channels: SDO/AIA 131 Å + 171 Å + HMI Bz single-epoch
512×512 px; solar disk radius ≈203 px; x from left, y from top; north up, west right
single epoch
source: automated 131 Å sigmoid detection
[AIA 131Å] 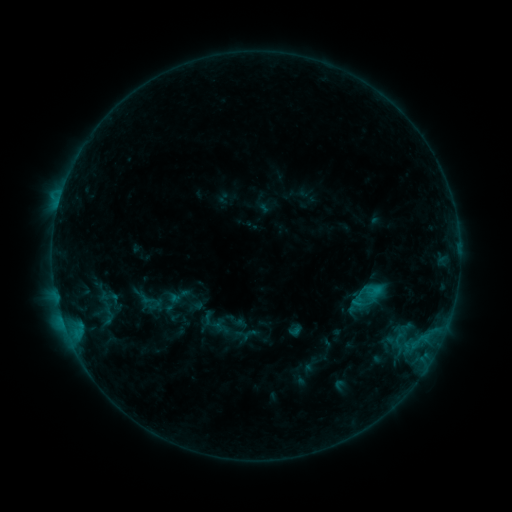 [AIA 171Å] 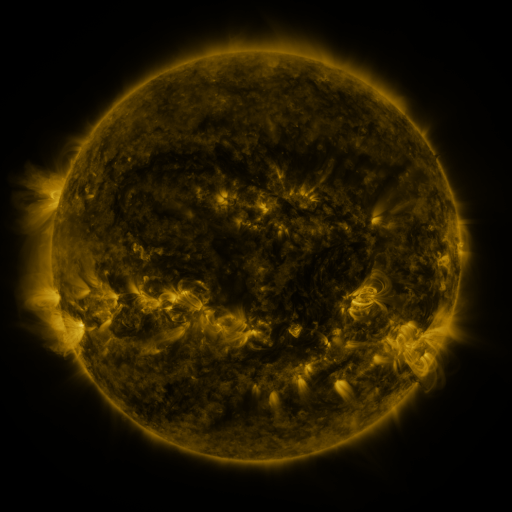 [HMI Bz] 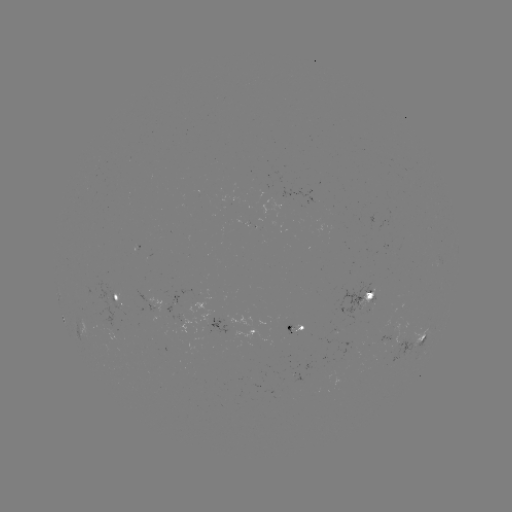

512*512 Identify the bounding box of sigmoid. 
[166, 283, 191, 309].